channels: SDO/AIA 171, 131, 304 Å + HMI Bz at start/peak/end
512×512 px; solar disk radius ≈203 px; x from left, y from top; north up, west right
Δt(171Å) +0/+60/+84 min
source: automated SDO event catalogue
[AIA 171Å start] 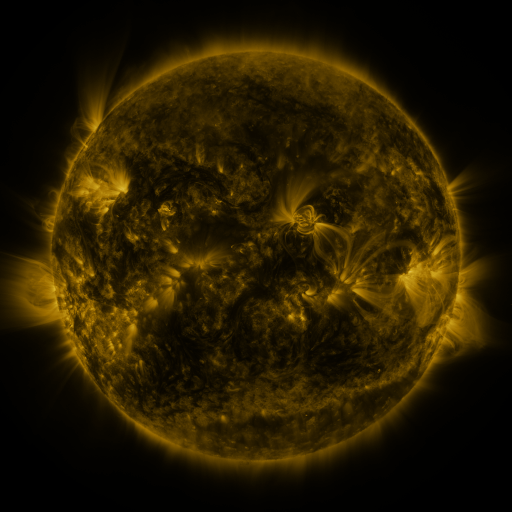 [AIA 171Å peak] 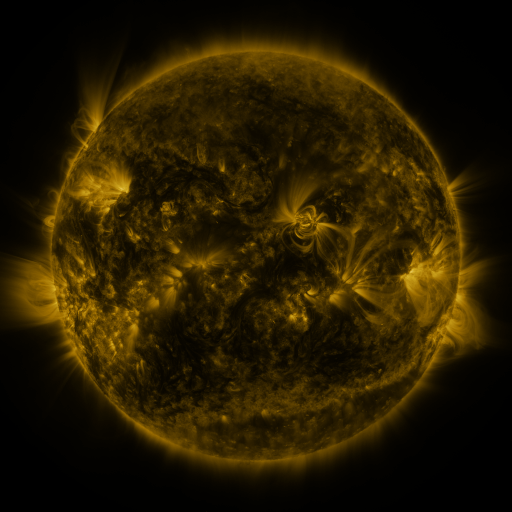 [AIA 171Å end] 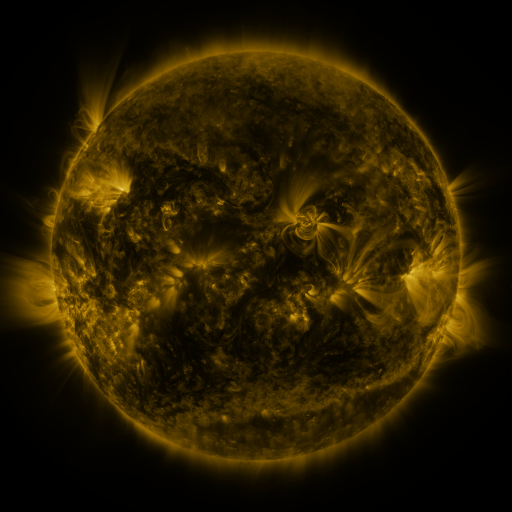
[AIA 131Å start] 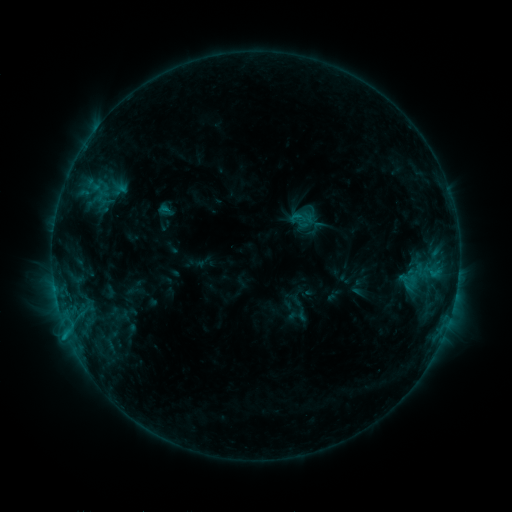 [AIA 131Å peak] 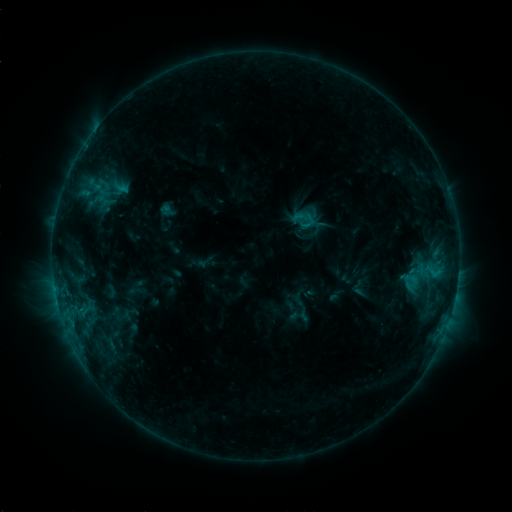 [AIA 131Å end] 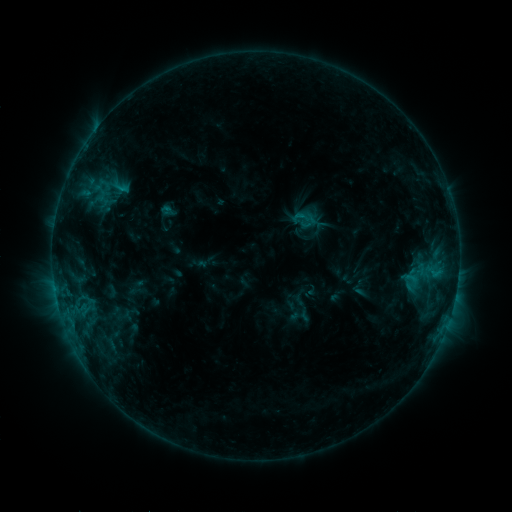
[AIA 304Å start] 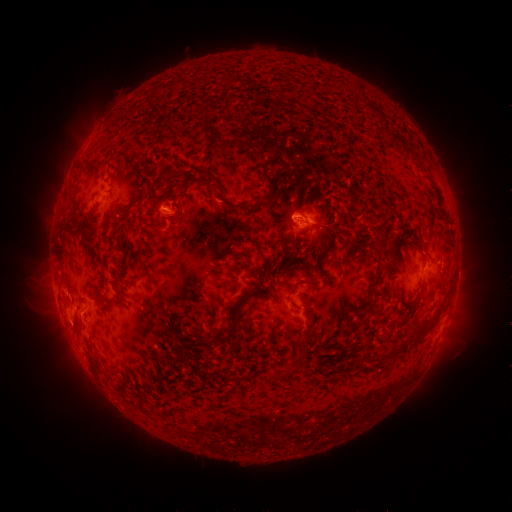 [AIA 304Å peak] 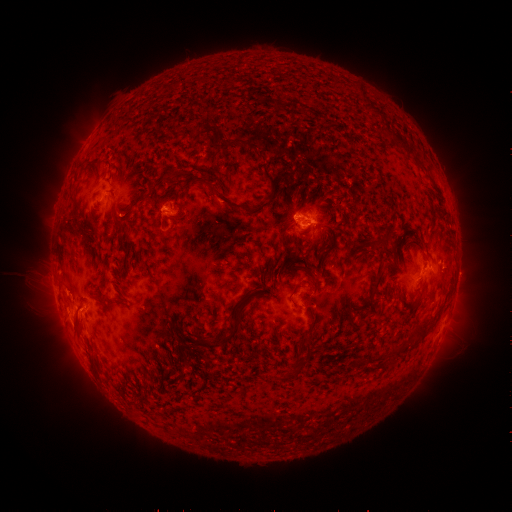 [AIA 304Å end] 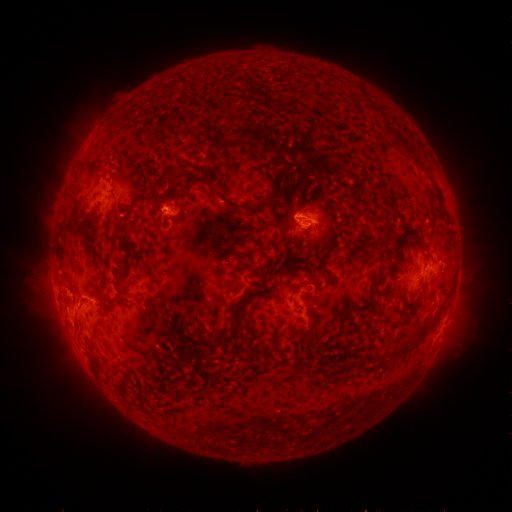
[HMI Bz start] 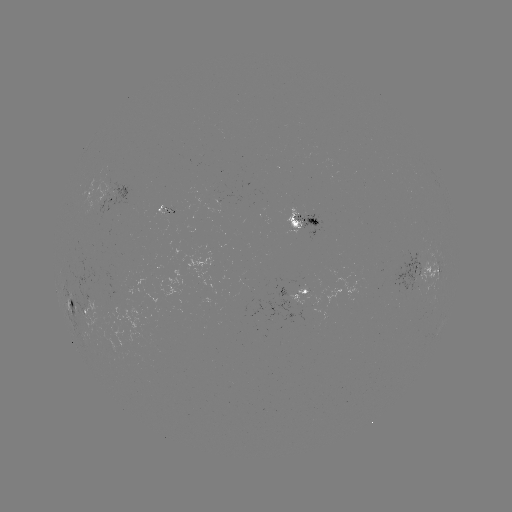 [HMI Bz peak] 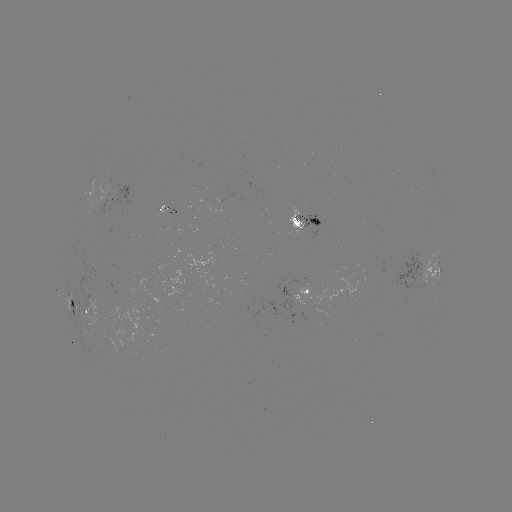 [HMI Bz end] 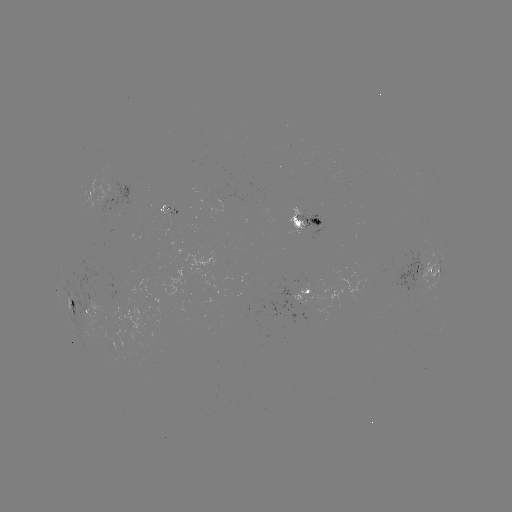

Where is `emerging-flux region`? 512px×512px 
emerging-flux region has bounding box [166, 209, 176, 219].